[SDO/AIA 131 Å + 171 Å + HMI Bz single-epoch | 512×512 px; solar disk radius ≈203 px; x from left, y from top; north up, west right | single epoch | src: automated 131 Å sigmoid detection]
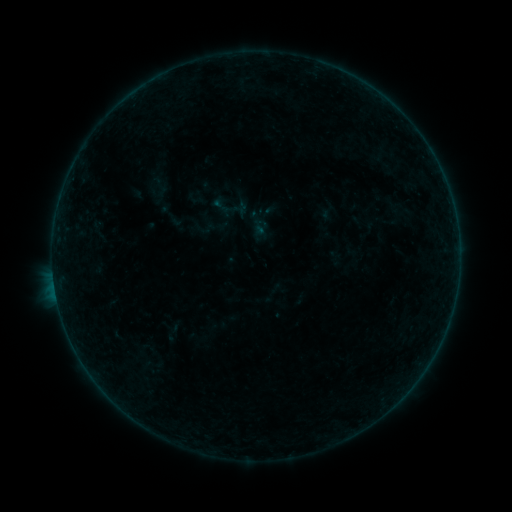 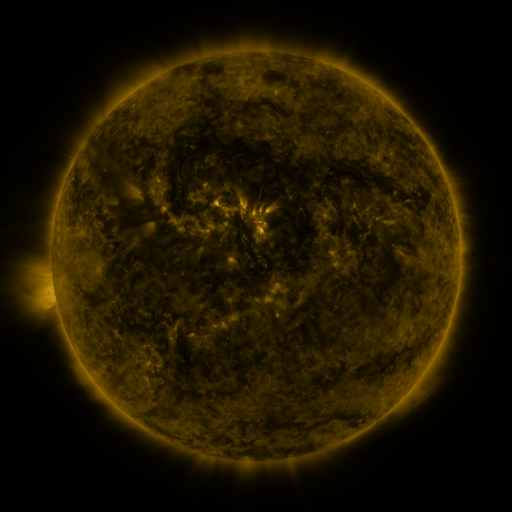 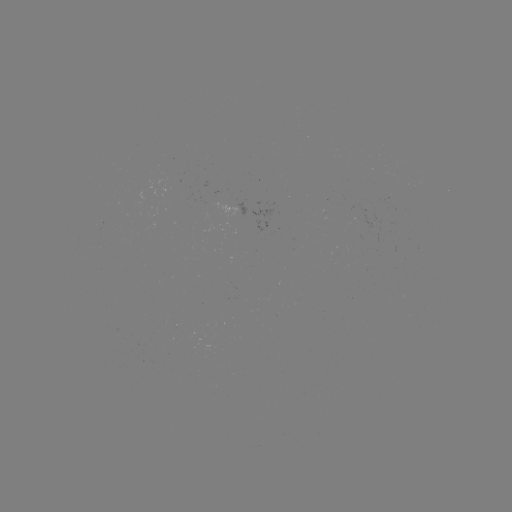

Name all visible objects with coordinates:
sigmoid: (210, 195, 233, 217)
sigmoid: (193, 215, 216, 240)
